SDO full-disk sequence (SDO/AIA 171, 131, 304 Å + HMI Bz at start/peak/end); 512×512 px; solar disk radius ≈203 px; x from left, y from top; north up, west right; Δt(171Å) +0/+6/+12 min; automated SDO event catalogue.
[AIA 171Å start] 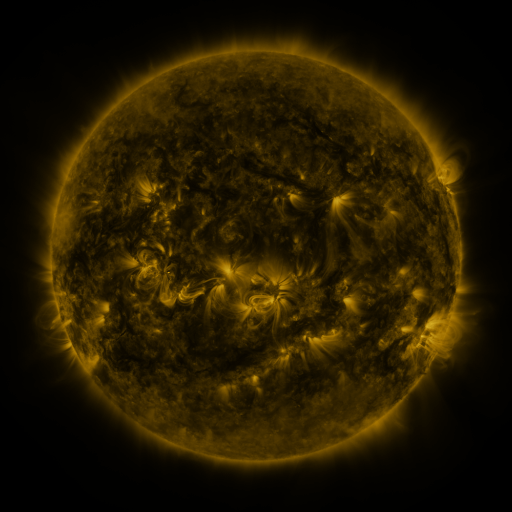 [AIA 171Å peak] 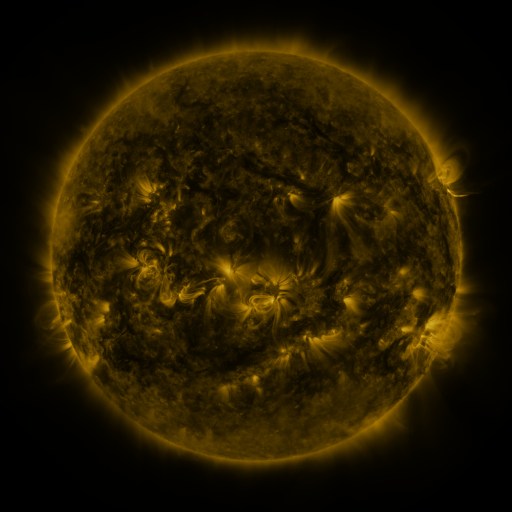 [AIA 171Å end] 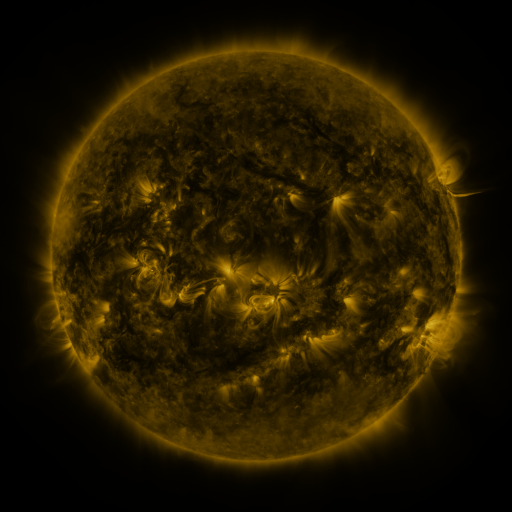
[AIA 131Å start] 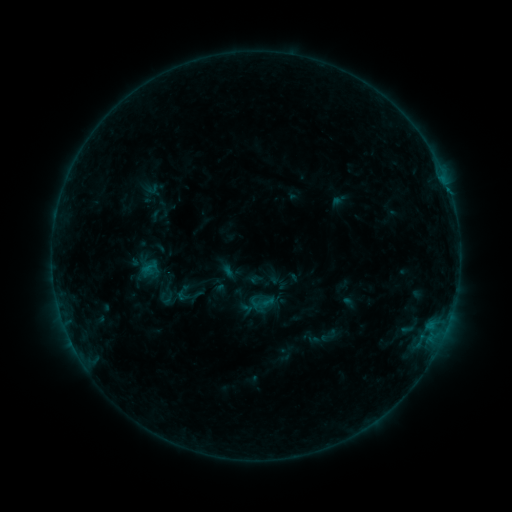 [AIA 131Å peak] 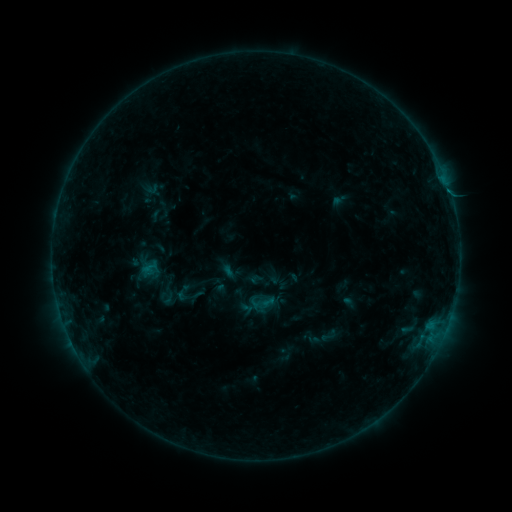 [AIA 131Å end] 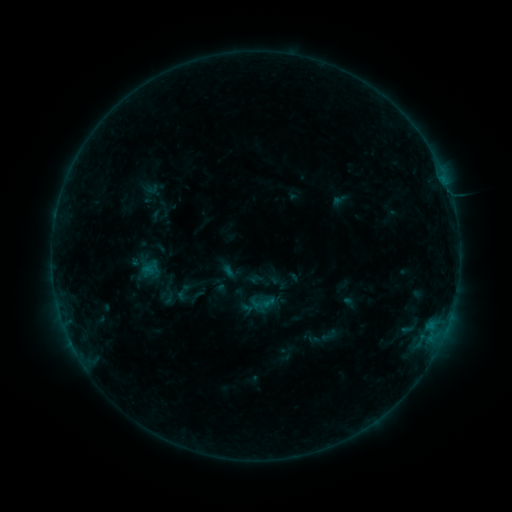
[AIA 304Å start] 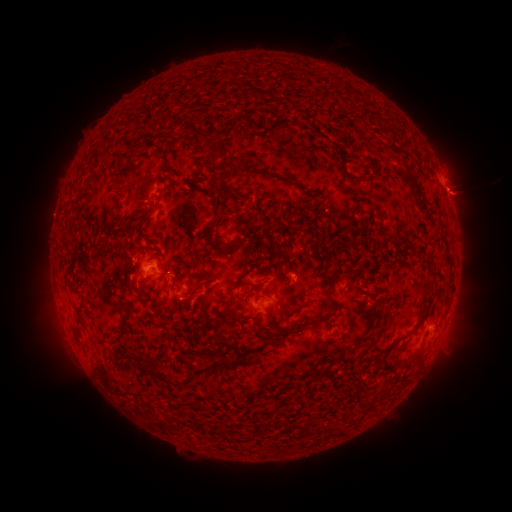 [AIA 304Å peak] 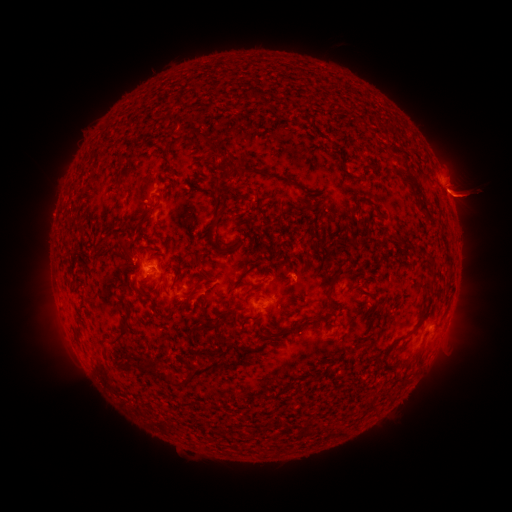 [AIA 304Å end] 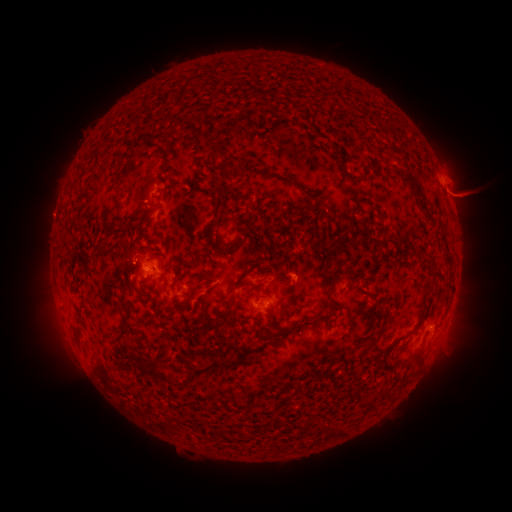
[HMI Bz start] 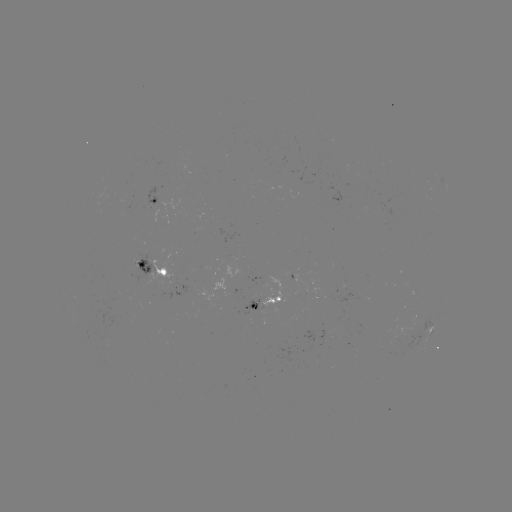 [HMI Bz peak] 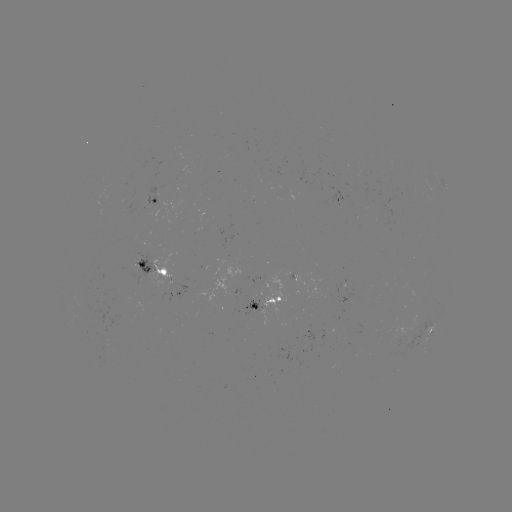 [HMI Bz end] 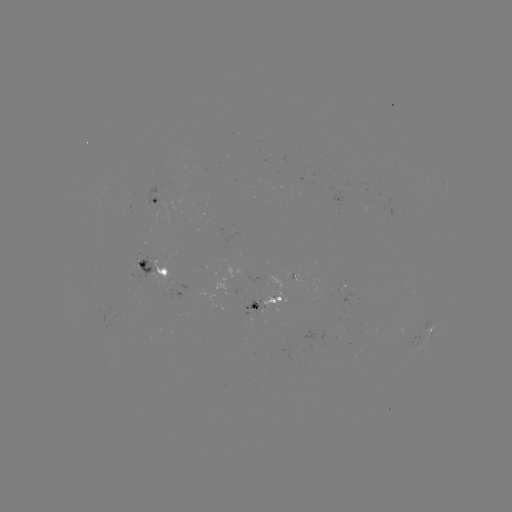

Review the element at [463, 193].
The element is eruption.